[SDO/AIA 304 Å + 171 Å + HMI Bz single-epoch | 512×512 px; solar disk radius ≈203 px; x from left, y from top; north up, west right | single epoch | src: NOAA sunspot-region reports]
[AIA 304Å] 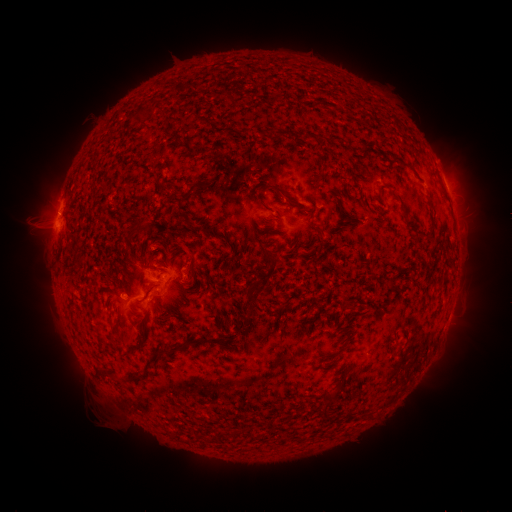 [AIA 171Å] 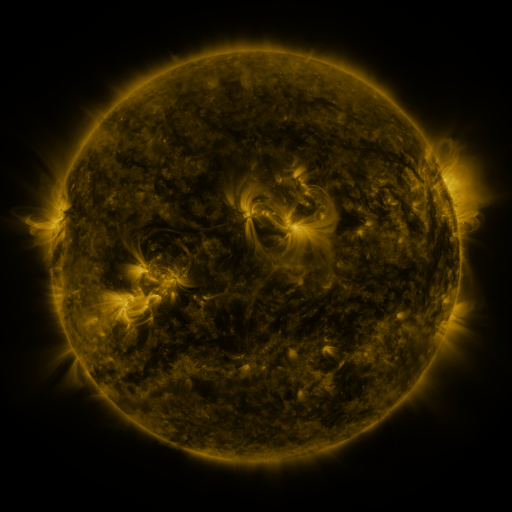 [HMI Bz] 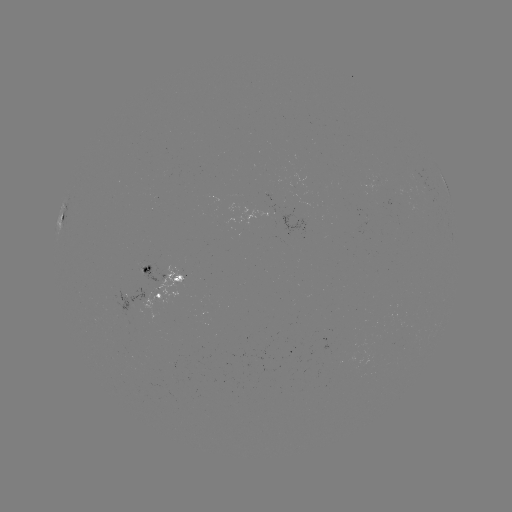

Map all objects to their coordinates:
spotted active region: (443, 176)
spotted active region: (65, 219)
spotted active region: (164, 276)
spotted active region: (162, 297)
